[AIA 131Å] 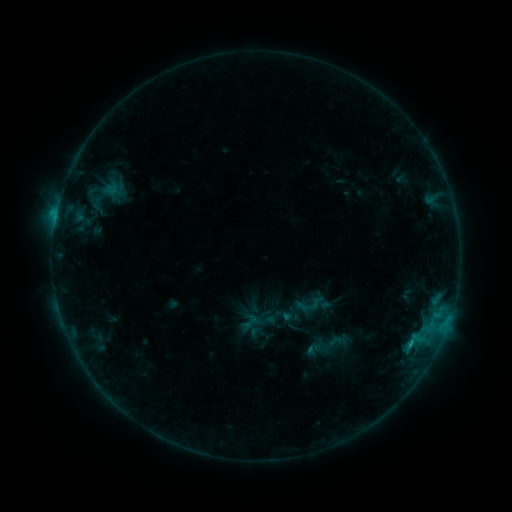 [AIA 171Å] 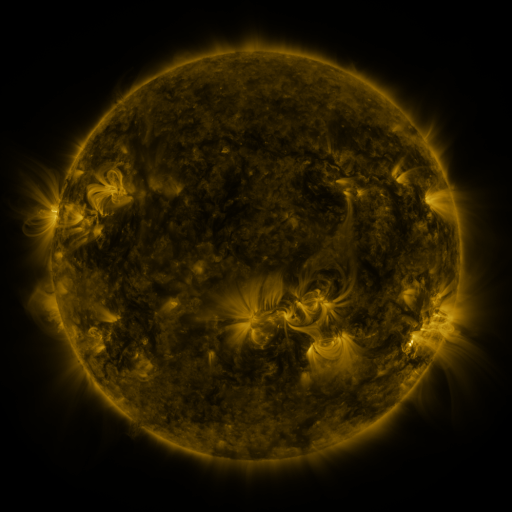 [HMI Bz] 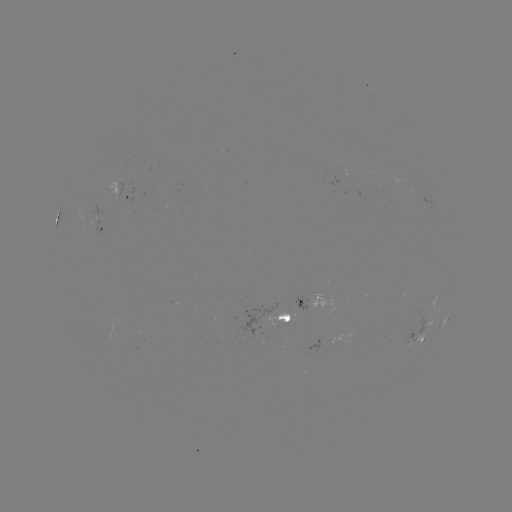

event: sigmoid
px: (263, 321)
